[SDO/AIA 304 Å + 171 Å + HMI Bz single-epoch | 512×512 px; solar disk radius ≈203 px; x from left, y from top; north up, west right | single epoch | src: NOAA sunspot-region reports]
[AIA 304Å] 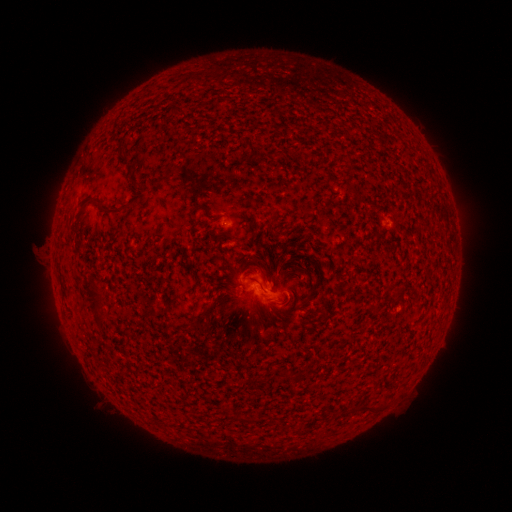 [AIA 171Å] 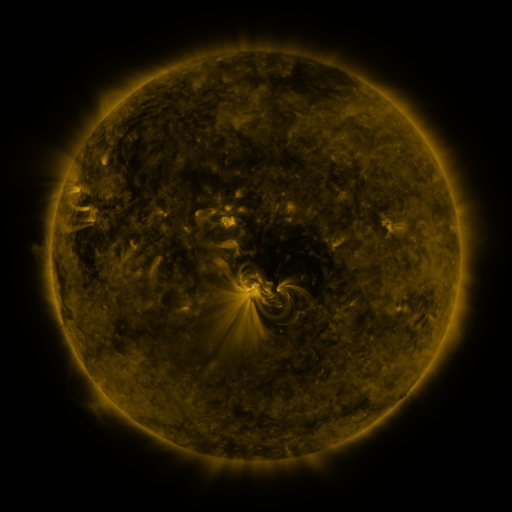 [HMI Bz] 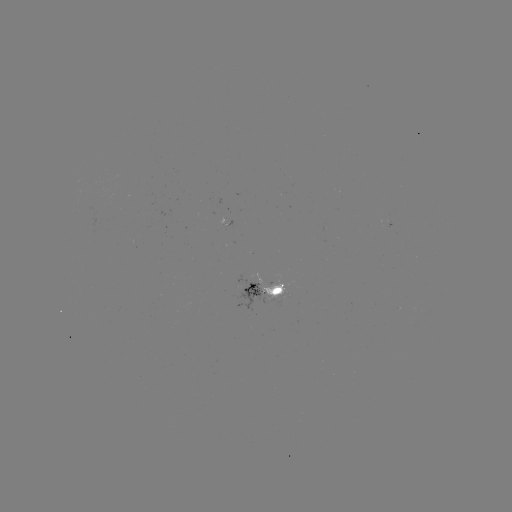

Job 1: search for spotted active region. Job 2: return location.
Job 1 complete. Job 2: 266,291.